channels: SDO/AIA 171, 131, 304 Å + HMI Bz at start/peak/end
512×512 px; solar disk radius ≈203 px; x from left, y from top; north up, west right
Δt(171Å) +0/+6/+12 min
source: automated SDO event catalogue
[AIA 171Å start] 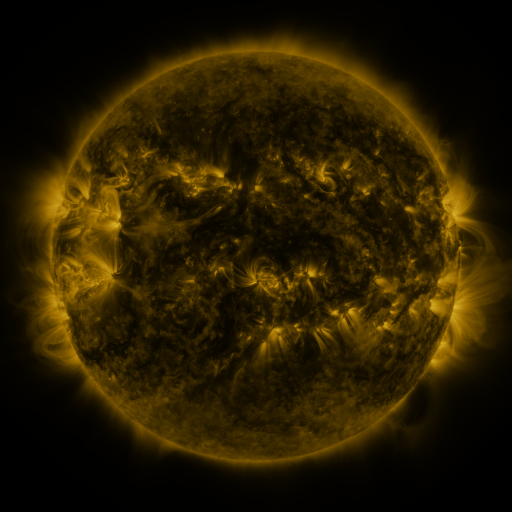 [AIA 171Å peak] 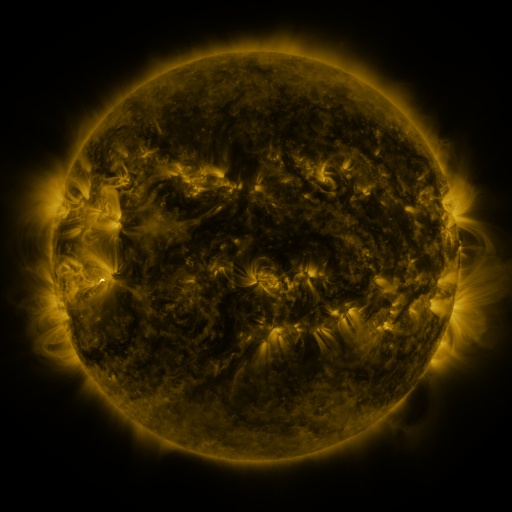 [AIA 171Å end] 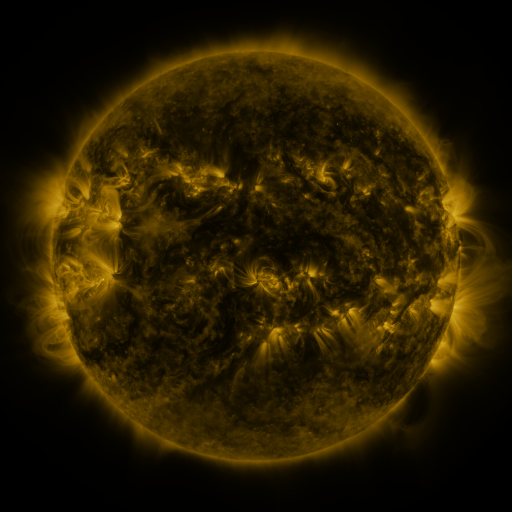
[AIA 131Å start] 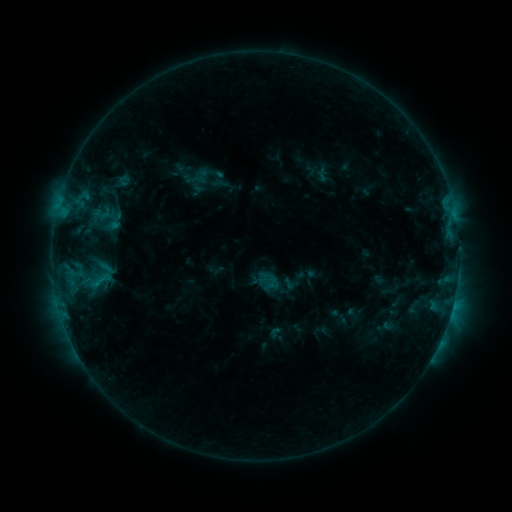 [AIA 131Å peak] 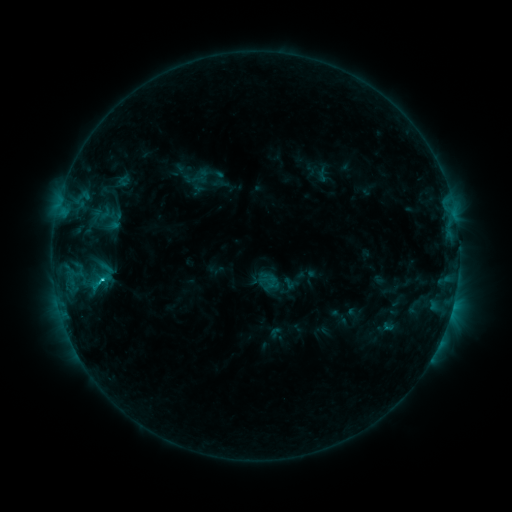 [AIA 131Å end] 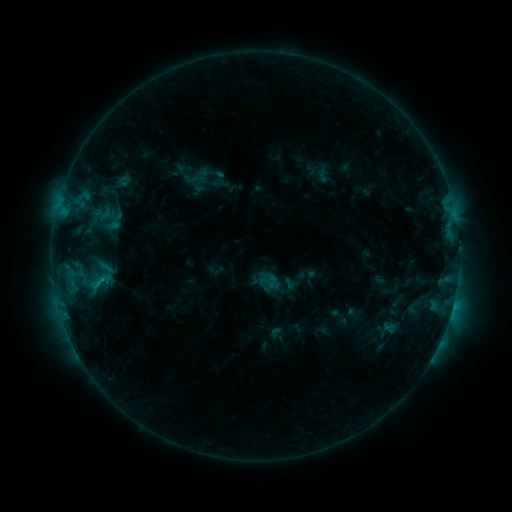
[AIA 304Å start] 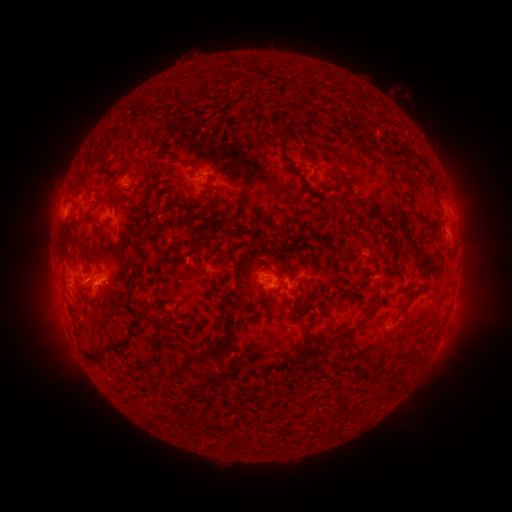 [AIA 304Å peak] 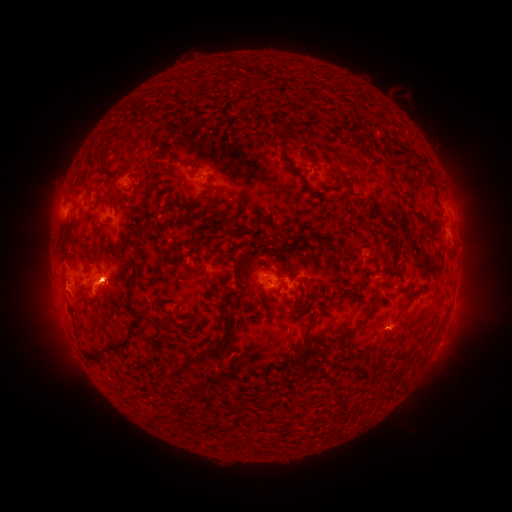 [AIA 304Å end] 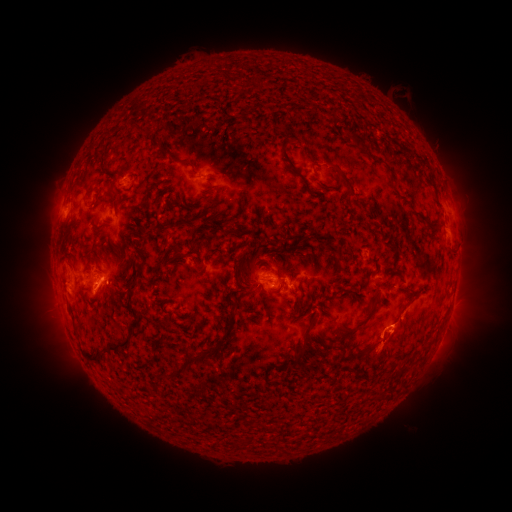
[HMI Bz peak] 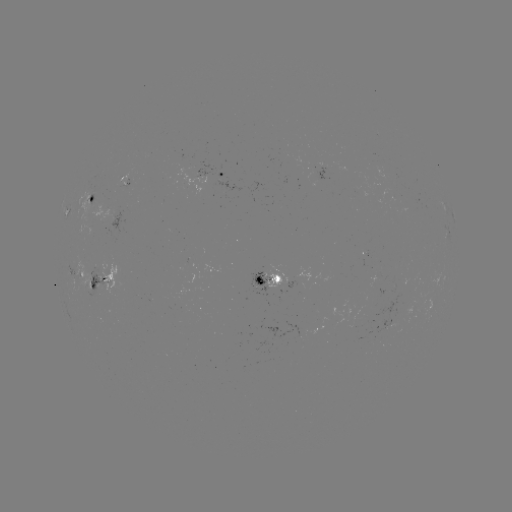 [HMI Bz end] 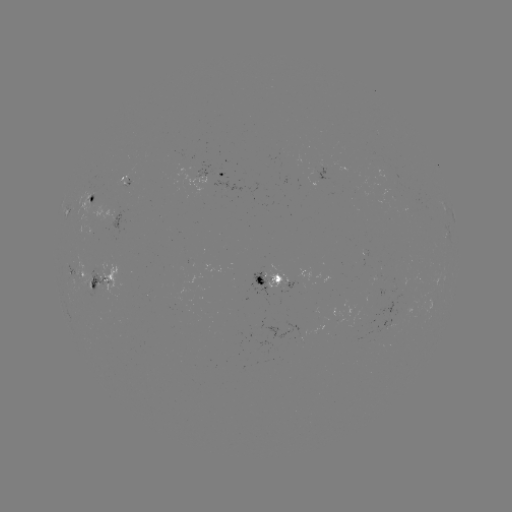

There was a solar flare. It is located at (104, 276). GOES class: C1.7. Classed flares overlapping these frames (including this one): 1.